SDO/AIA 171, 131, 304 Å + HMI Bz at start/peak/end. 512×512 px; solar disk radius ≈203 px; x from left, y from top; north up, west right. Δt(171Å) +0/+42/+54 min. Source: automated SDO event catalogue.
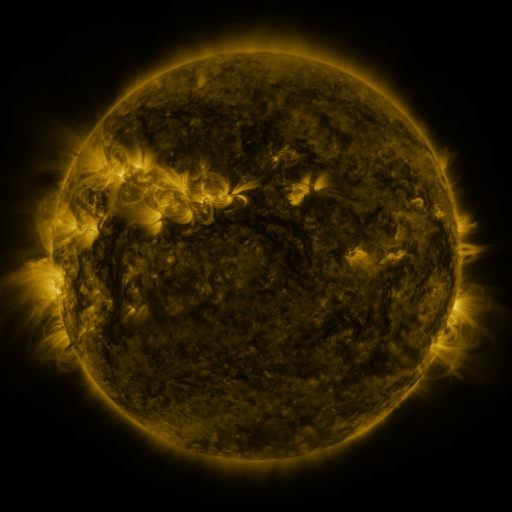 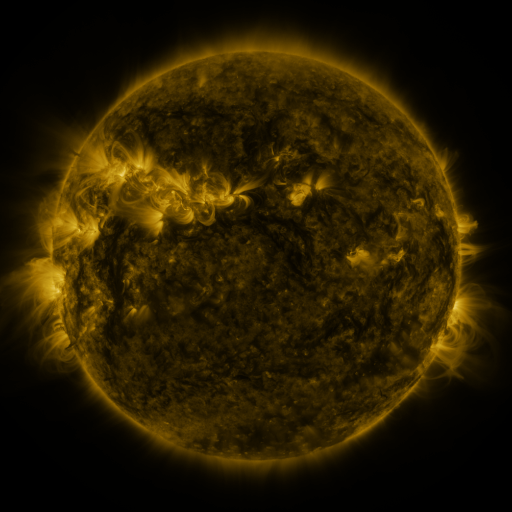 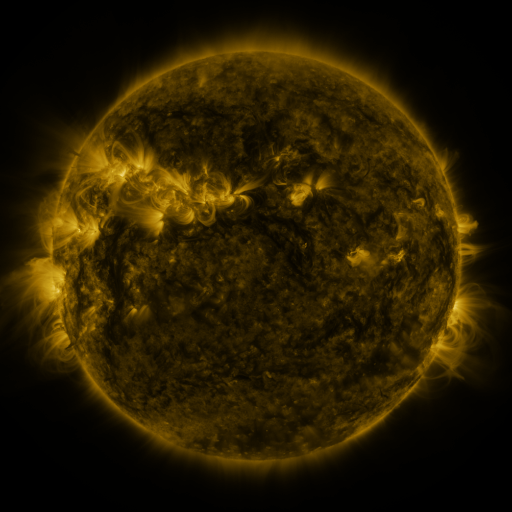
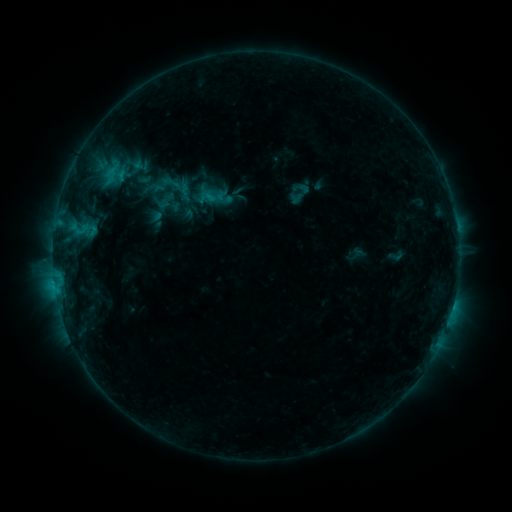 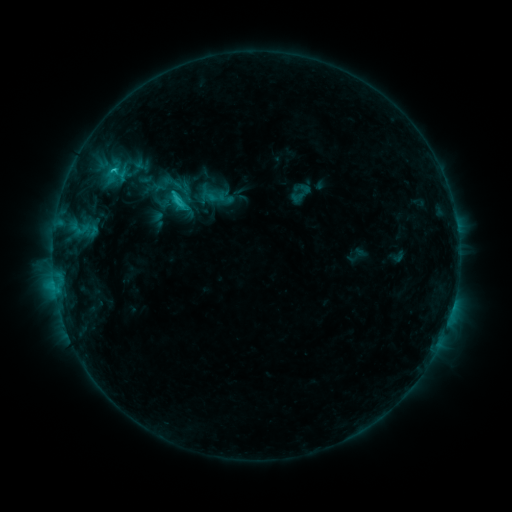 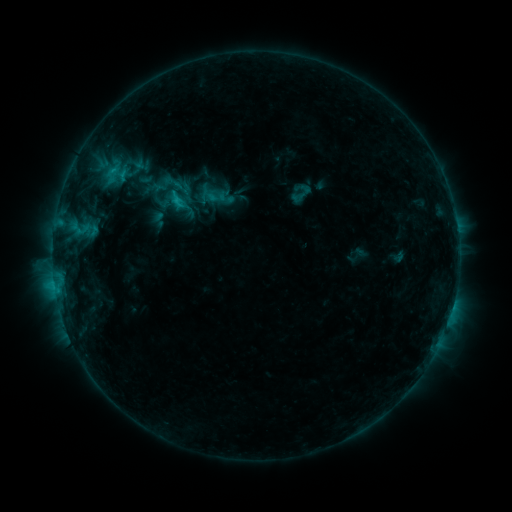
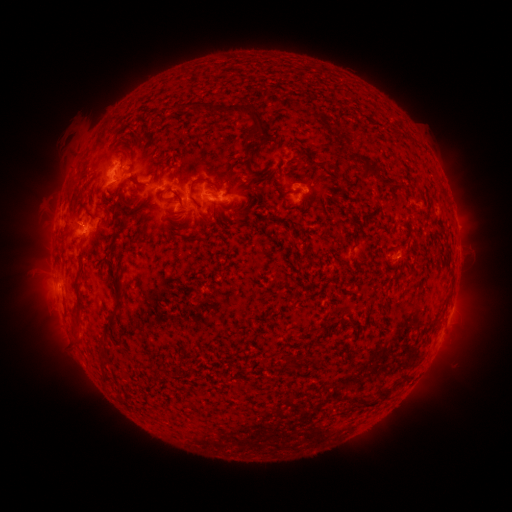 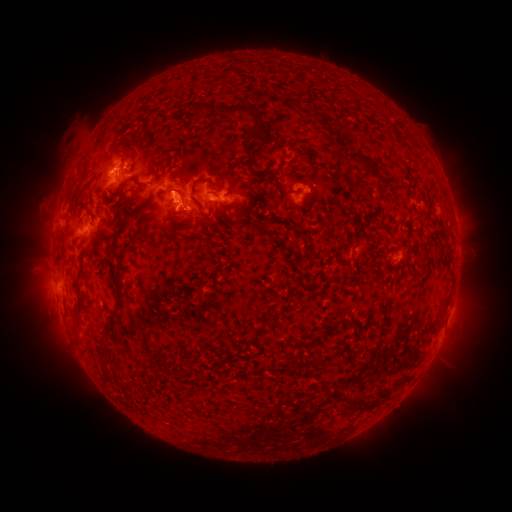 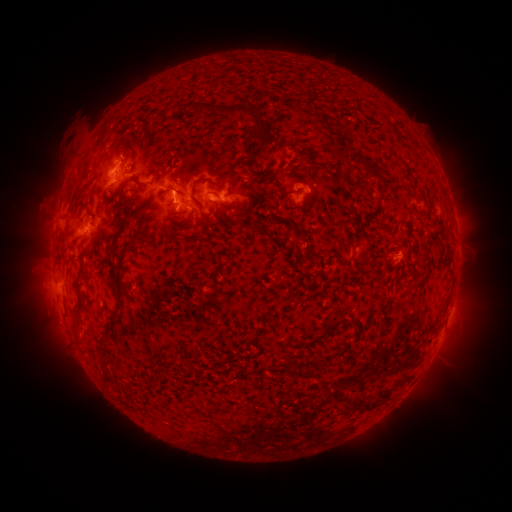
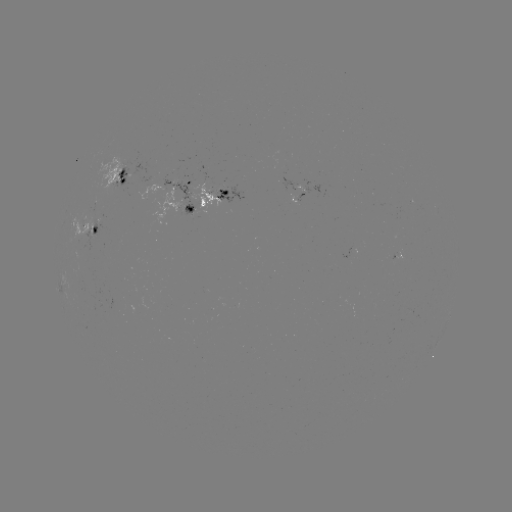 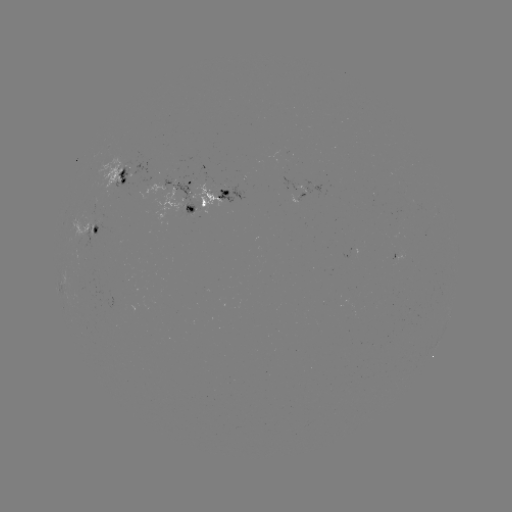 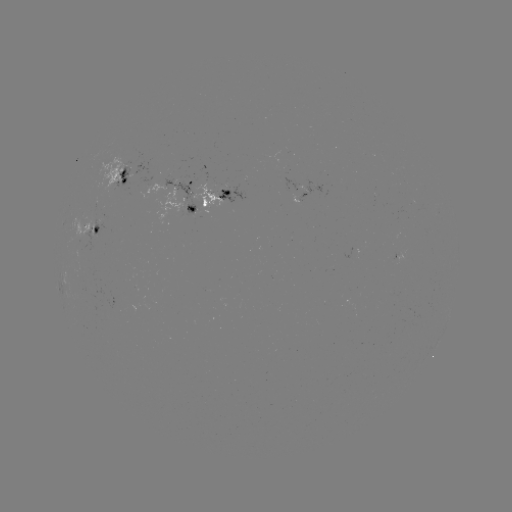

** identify C2.0 flare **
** [177, 202] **